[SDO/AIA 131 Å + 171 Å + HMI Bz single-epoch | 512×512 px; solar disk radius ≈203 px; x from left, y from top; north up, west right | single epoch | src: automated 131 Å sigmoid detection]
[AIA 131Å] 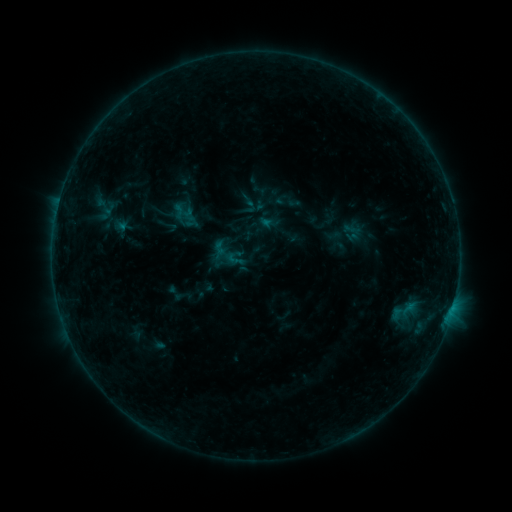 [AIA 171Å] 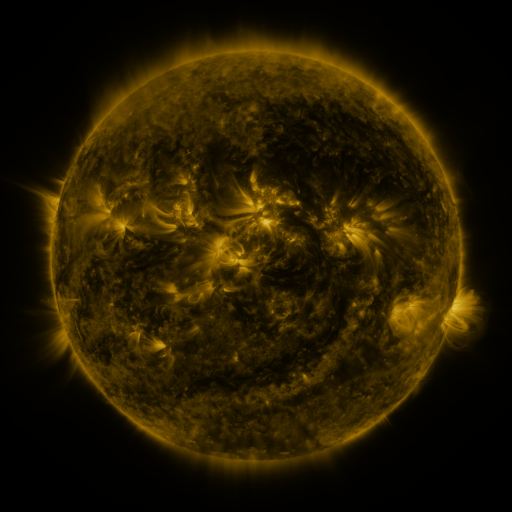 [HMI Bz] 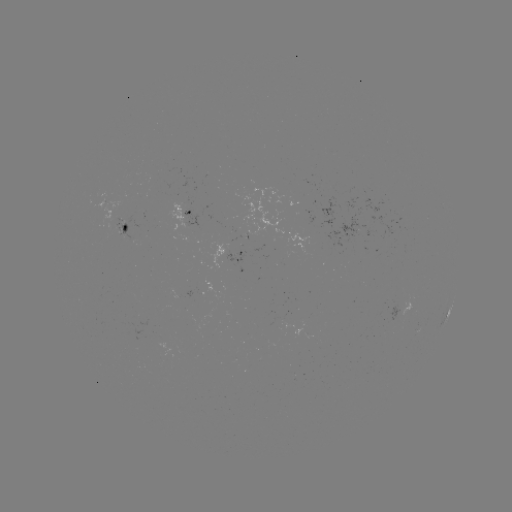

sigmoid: (225, 249, 244, 269)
